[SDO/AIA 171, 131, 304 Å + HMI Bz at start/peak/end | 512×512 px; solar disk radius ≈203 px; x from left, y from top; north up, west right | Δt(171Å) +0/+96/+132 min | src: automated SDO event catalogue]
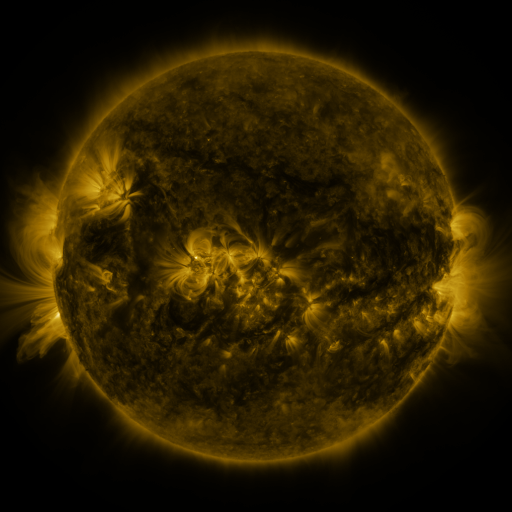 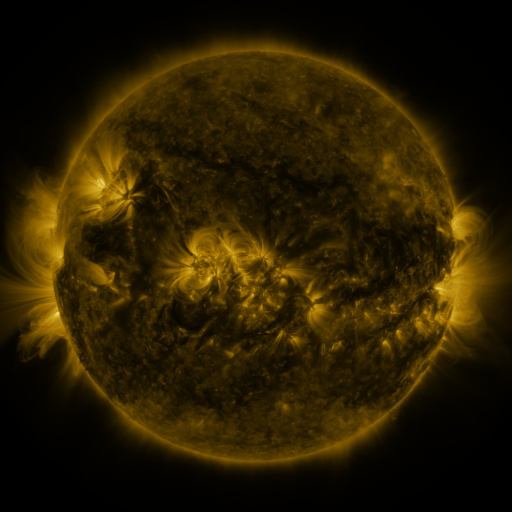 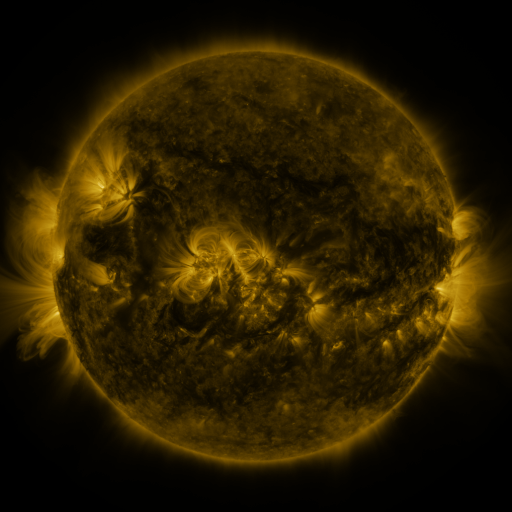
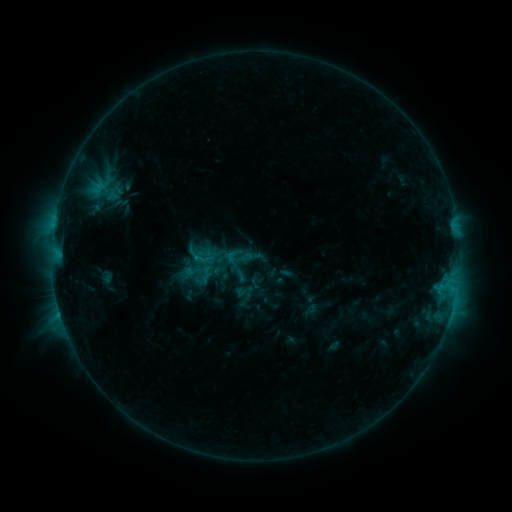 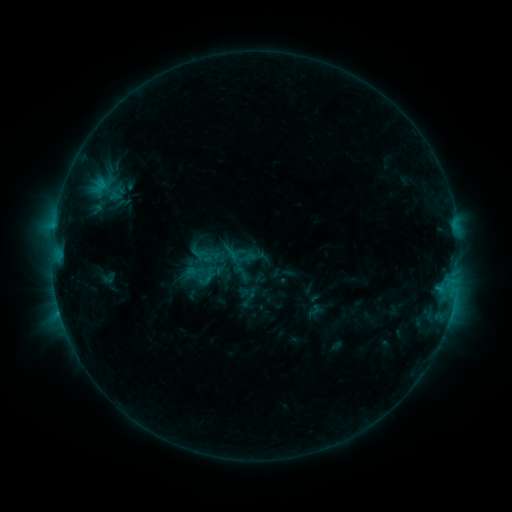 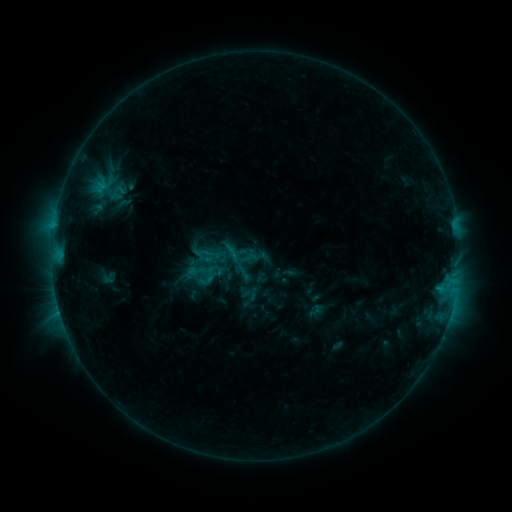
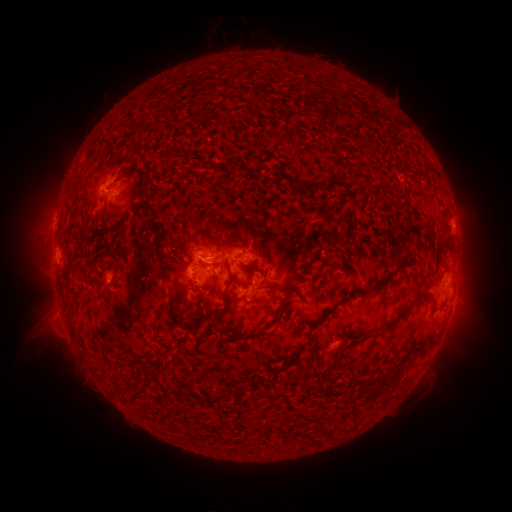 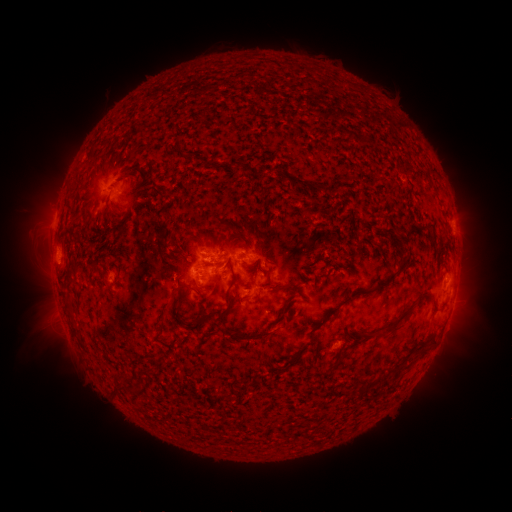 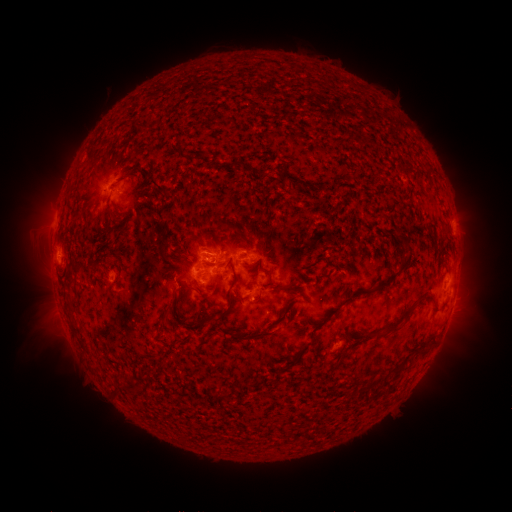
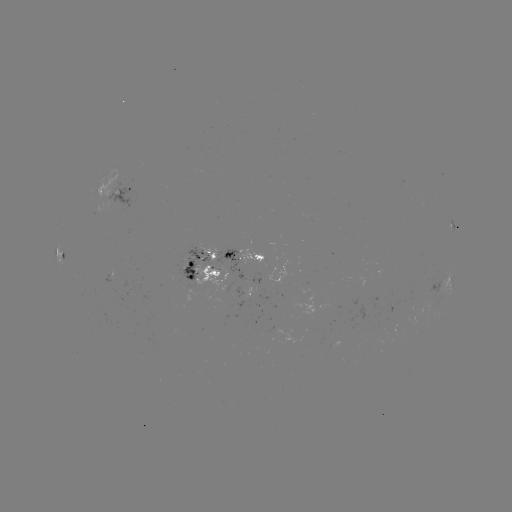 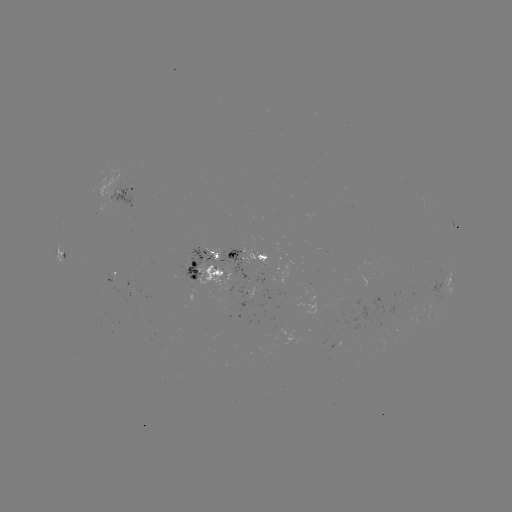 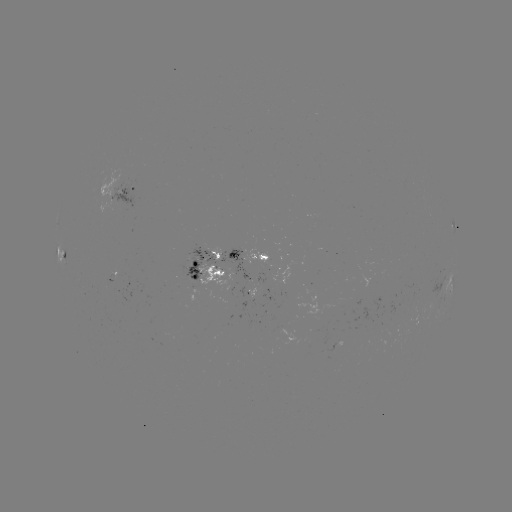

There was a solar emerging-flux region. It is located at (256, 283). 